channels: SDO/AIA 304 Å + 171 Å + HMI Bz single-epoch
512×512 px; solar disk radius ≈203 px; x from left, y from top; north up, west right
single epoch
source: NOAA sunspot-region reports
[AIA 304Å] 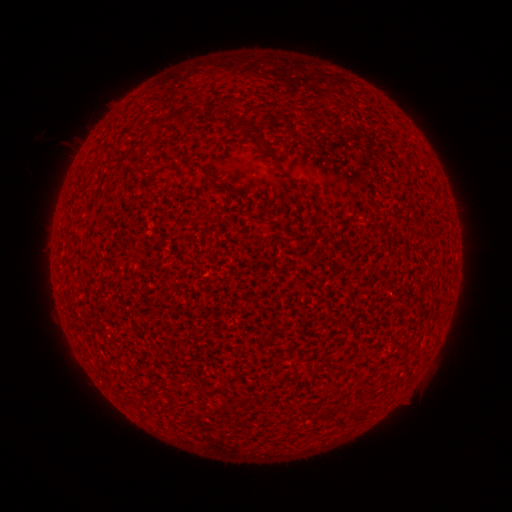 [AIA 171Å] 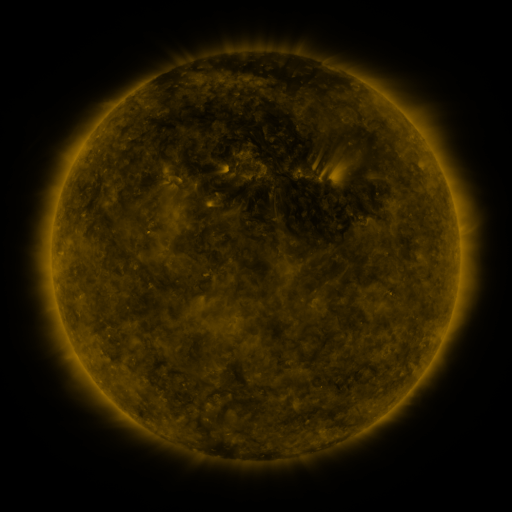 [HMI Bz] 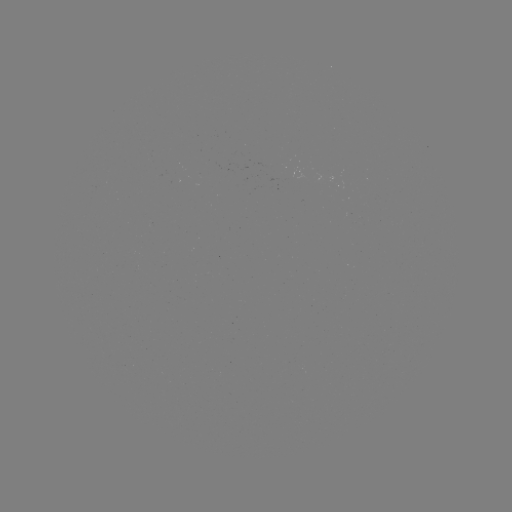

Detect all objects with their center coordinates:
(none)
